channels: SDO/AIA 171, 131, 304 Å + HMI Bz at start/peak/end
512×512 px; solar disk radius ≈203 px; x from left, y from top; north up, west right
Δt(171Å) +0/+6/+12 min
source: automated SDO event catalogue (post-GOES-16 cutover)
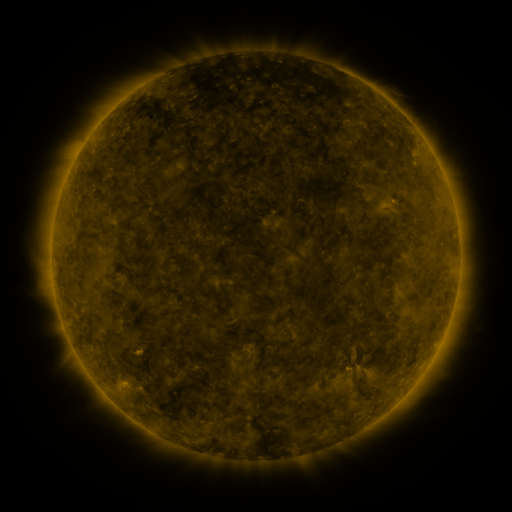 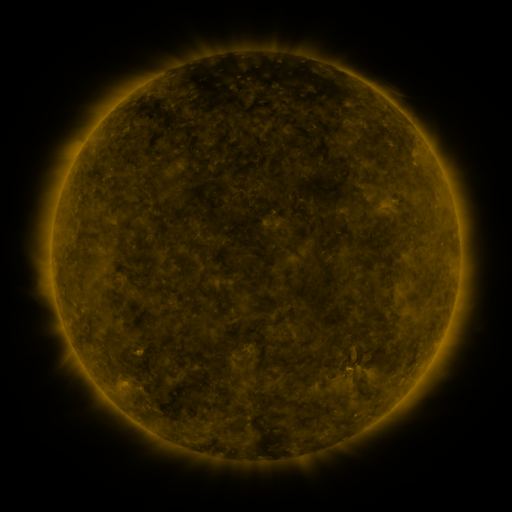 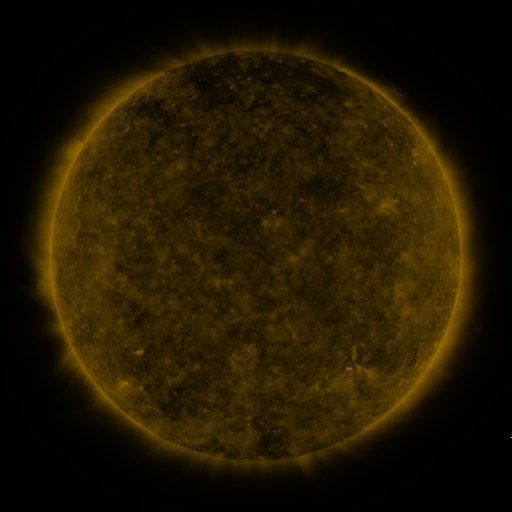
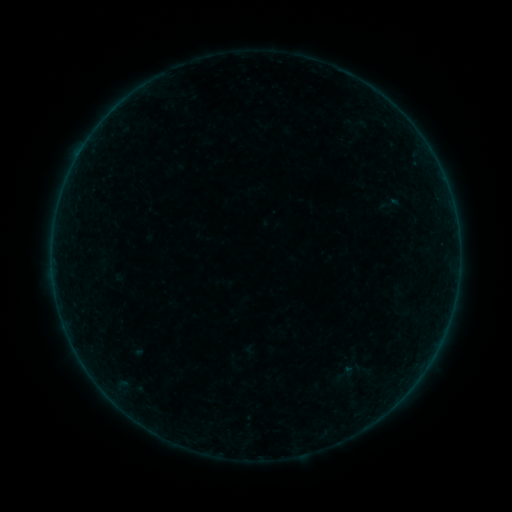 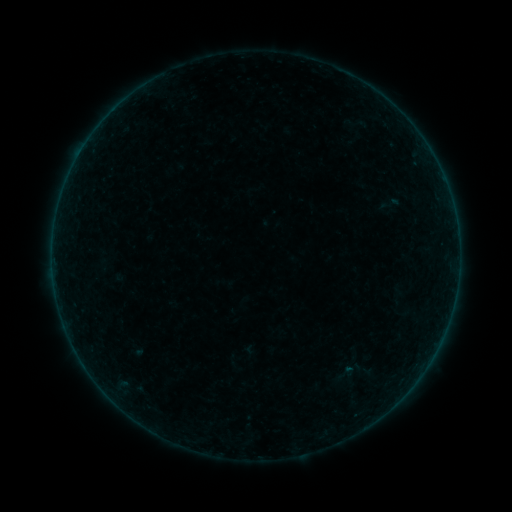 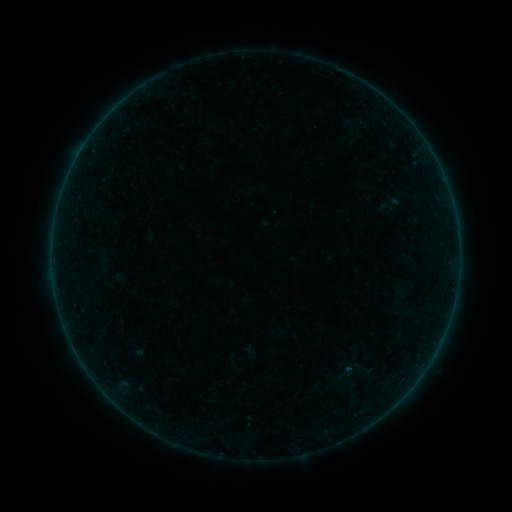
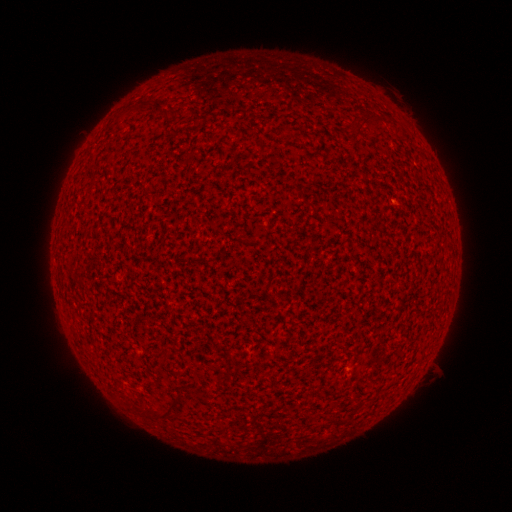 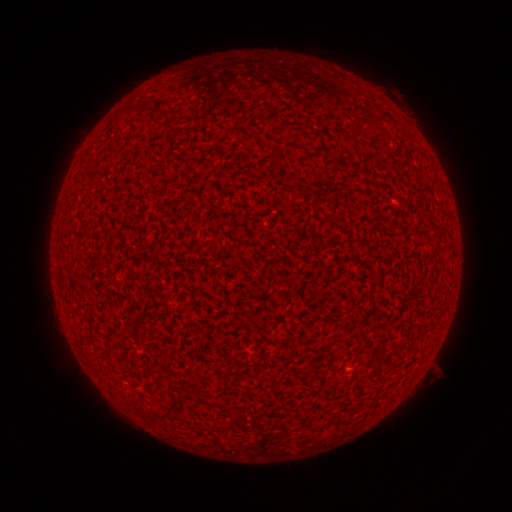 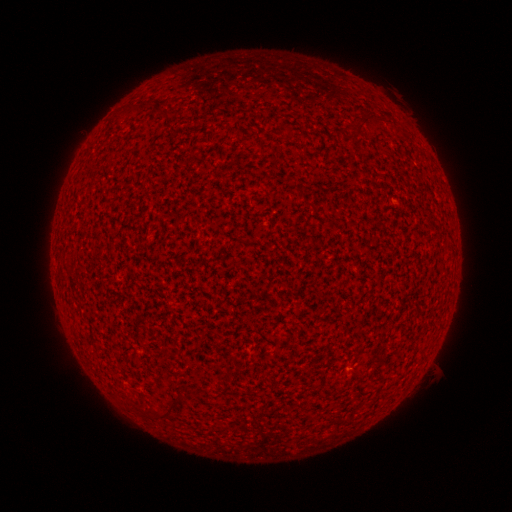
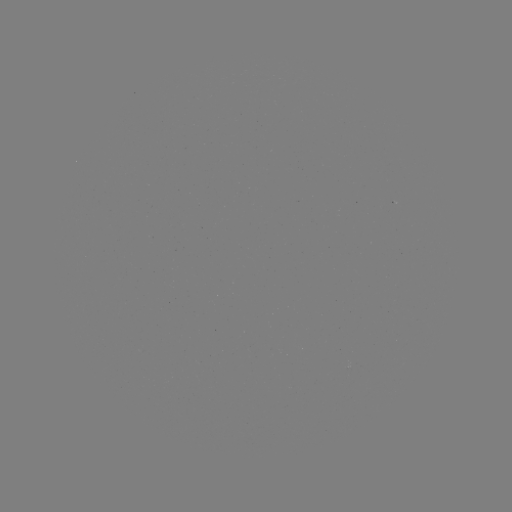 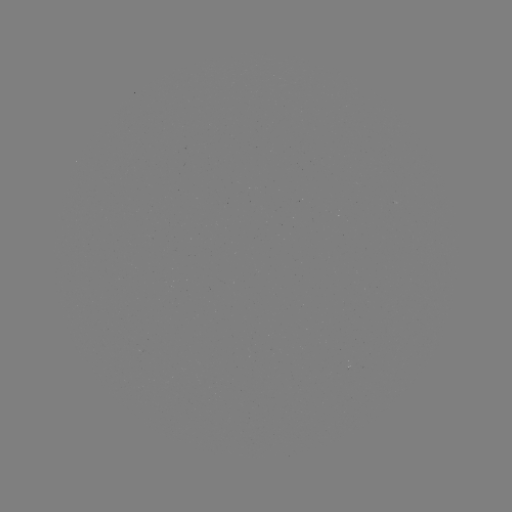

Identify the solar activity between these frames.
A1.2 flare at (349, 367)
